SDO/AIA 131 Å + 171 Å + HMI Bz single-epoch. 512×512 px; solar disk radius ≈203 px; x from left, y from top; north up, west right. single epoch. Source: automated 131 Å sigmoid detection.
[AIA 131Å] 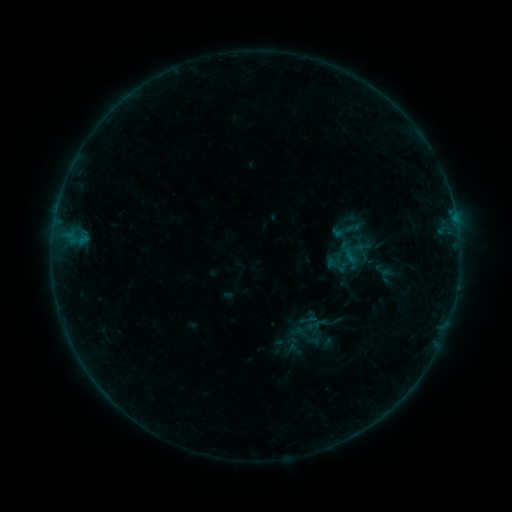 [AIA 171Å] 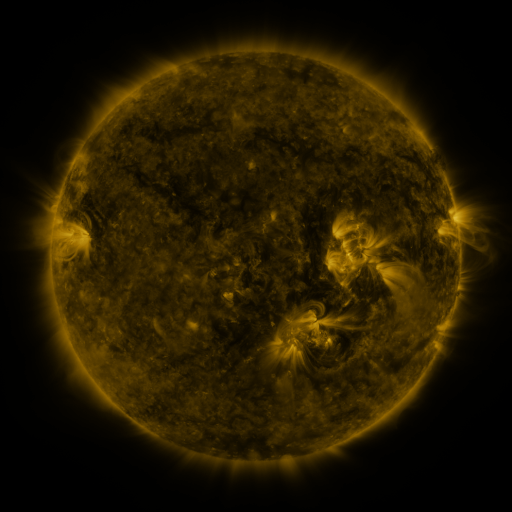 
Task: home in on sigmoid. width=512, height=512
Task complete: (355, 256).